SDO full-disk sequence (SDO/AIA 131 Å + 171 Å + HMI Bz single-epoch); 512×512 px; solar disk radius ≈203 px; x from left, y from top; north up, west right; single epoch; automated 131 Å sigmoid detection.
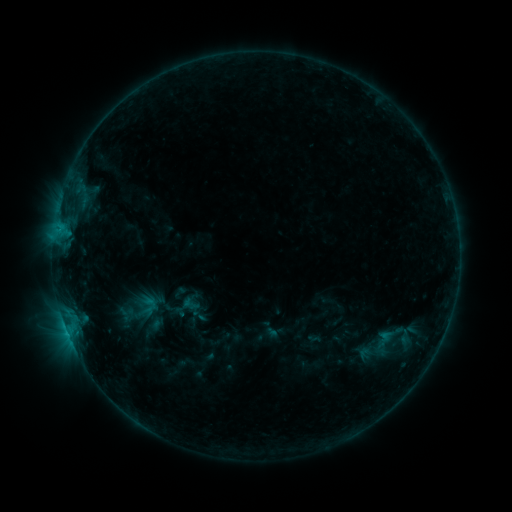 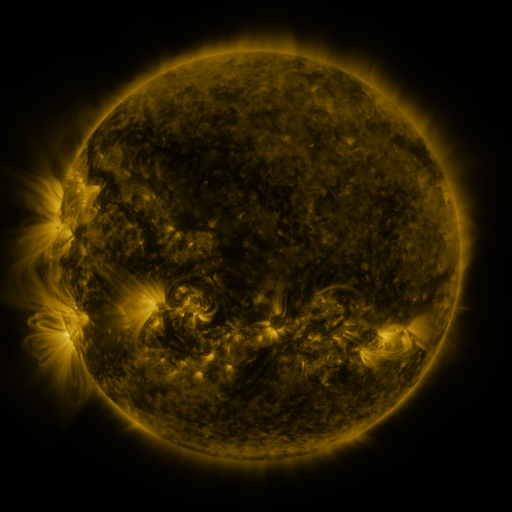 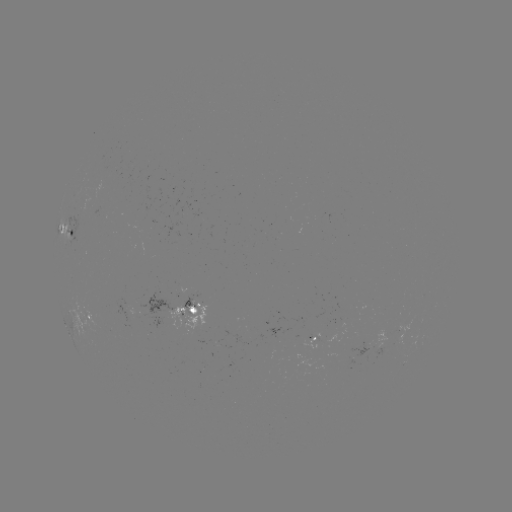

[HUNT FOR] sigmoid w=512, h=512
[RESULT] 190,304